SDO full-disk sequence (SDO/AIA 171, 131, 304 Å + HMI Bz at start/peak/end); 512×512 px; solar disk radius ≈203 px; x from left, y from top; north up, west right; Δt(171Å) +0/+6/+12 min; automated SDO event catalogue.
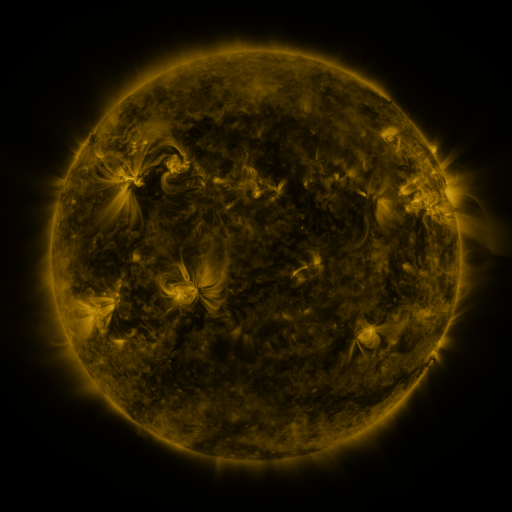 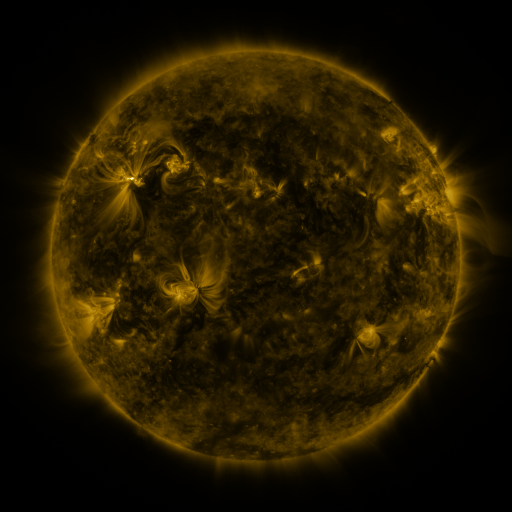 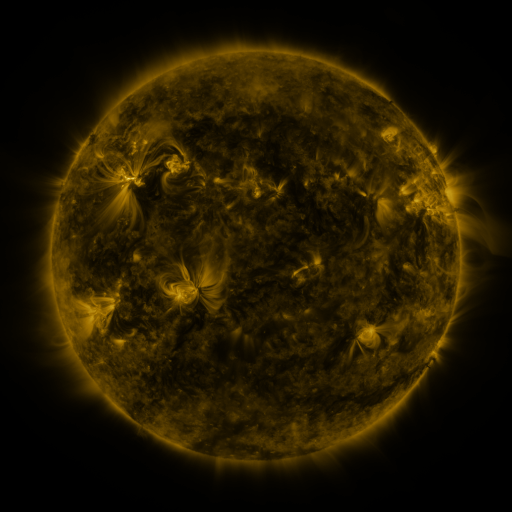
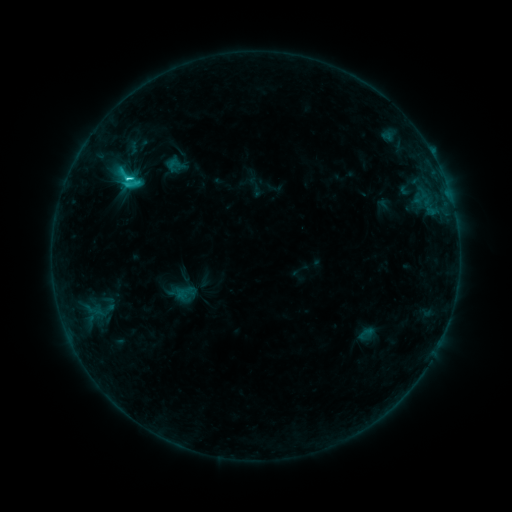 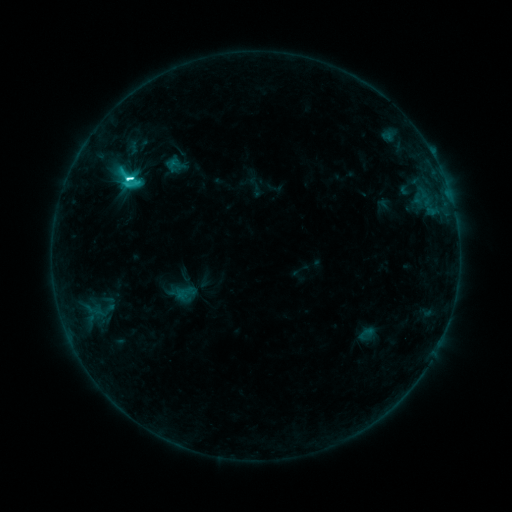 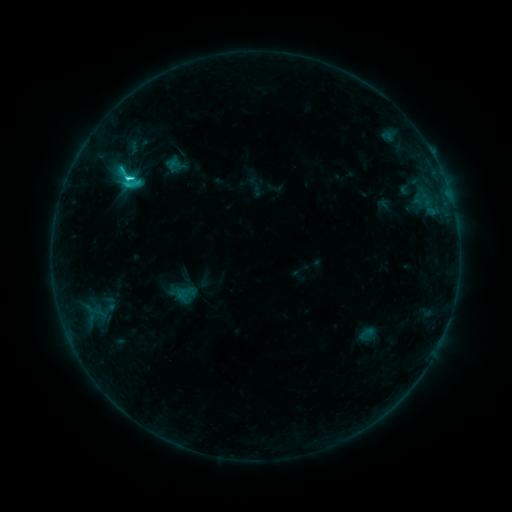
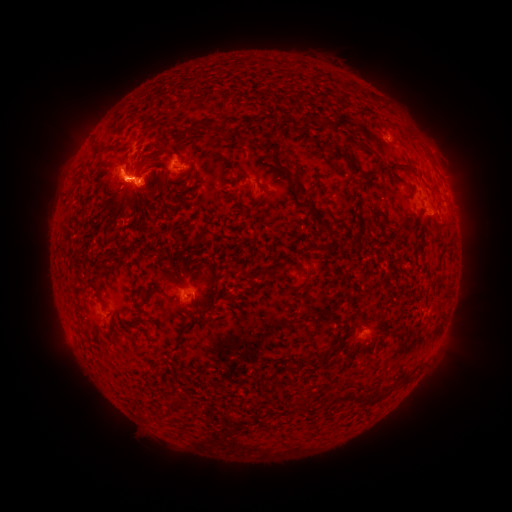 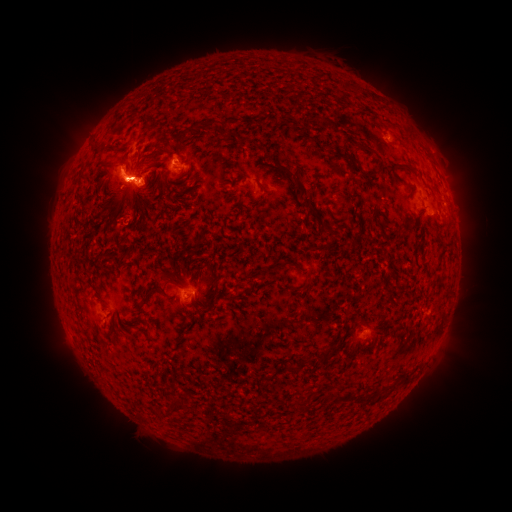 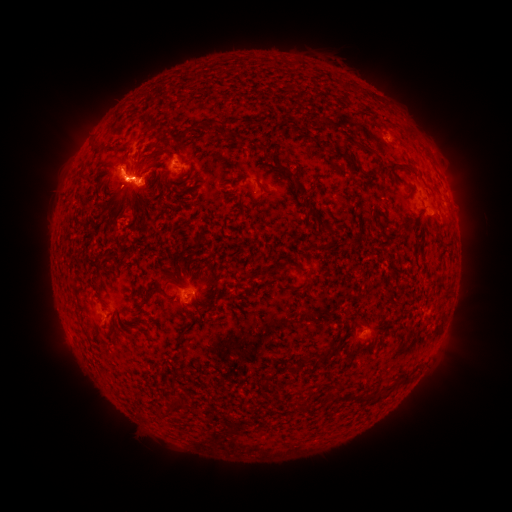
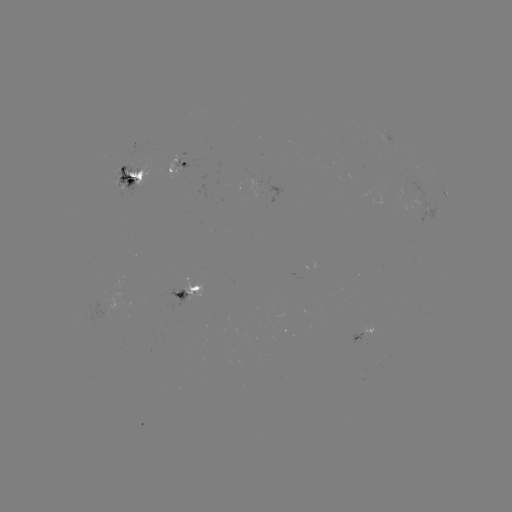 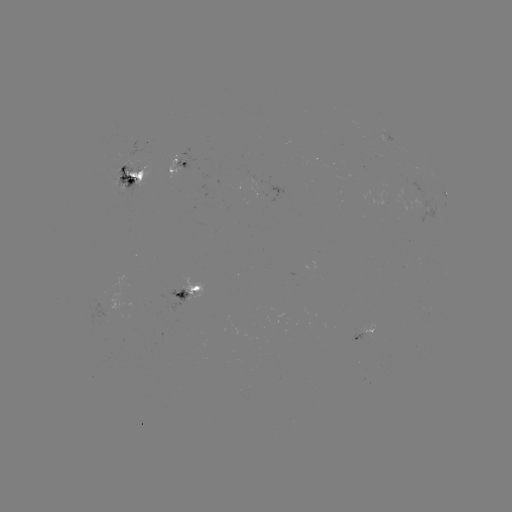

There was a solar flare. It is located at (132, 181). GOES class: C9.2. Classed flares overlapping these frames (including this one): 1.